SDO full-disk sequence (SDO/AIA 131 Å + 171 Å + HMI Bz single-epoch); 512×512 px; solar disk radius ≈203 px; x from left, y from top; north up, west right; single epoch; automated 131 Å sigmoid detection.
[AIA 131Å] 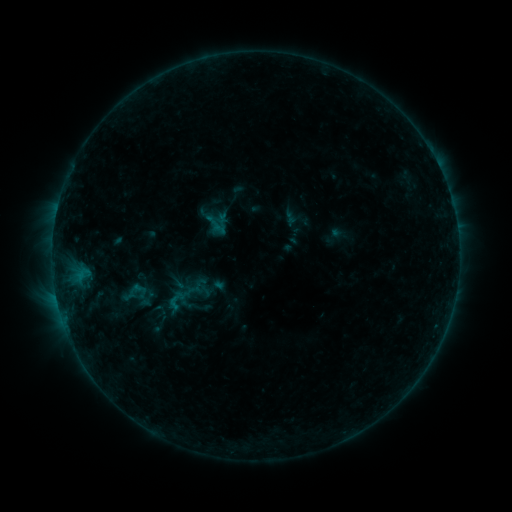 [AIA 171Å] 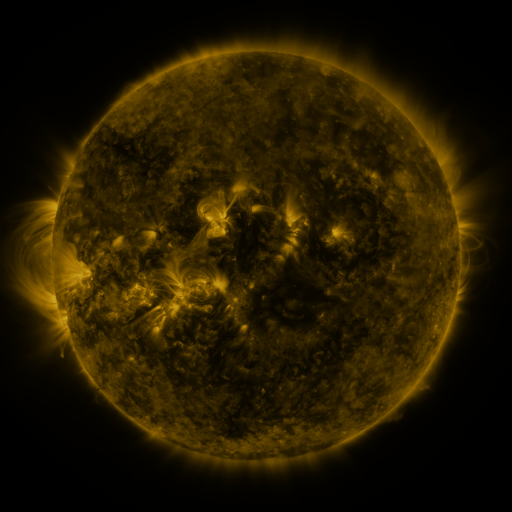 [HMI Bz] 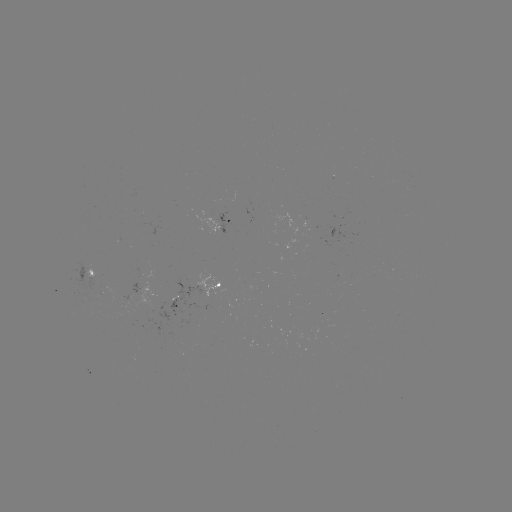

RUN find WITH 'sigmoid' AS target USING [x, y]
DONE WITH [174, 303] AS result